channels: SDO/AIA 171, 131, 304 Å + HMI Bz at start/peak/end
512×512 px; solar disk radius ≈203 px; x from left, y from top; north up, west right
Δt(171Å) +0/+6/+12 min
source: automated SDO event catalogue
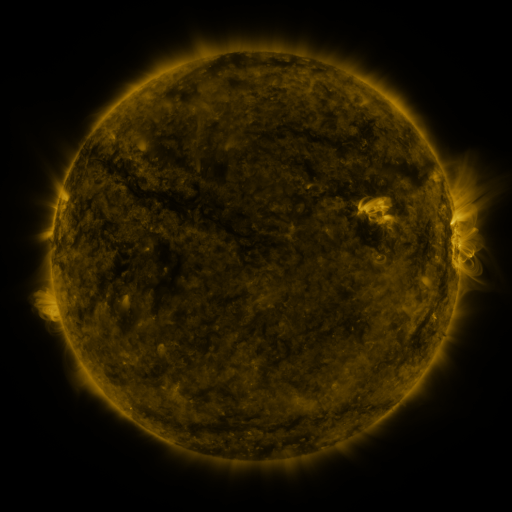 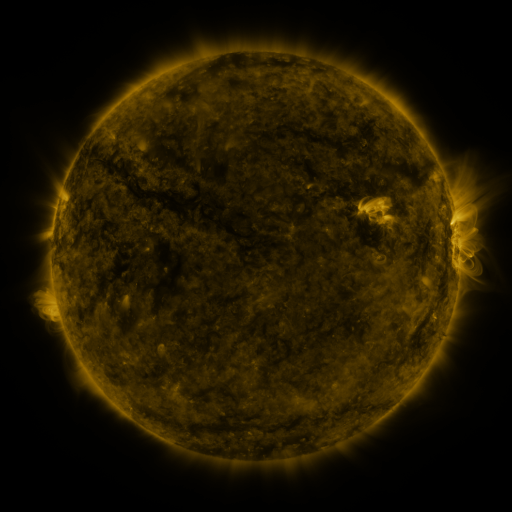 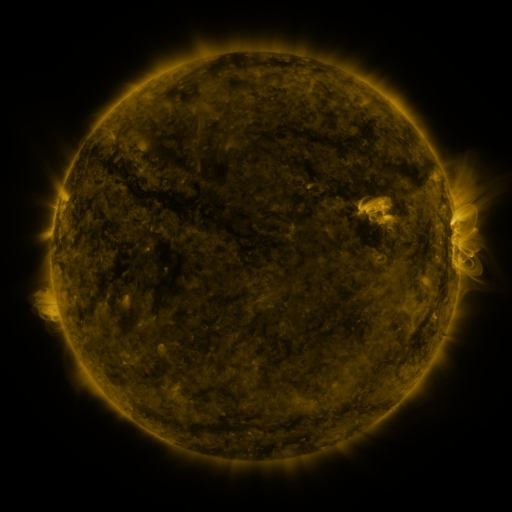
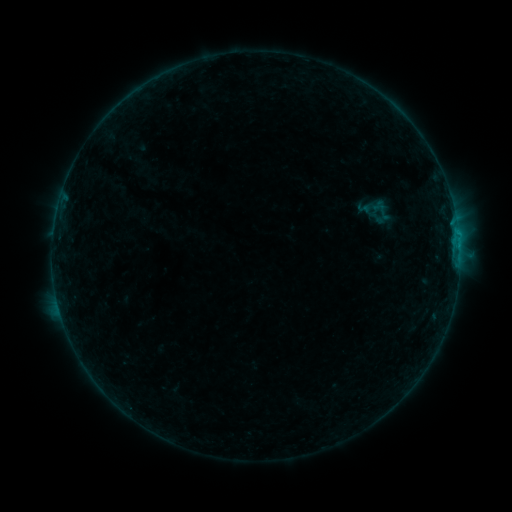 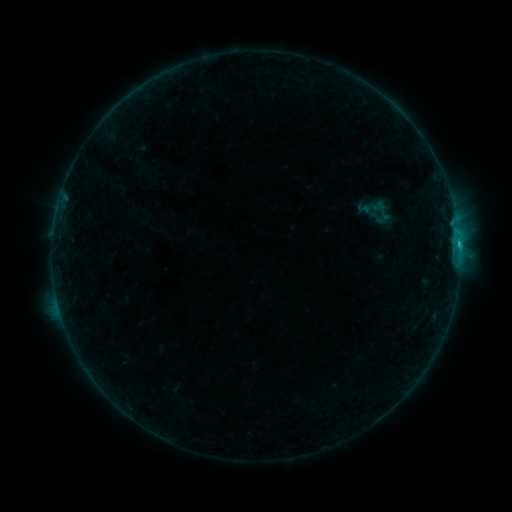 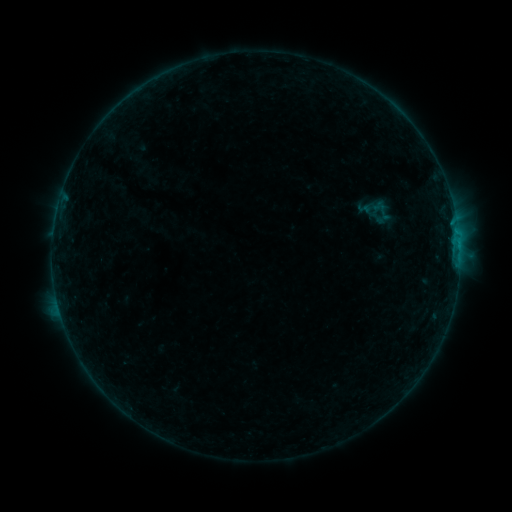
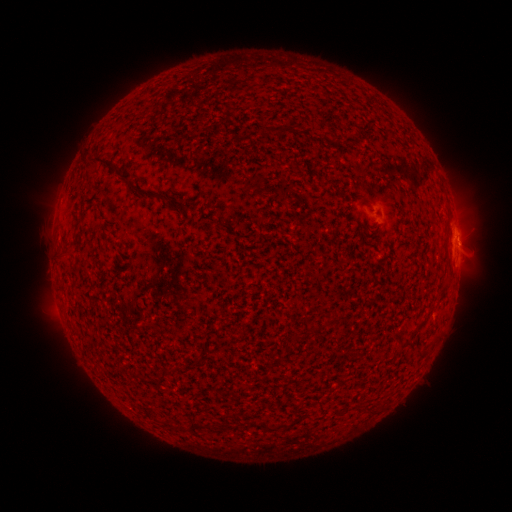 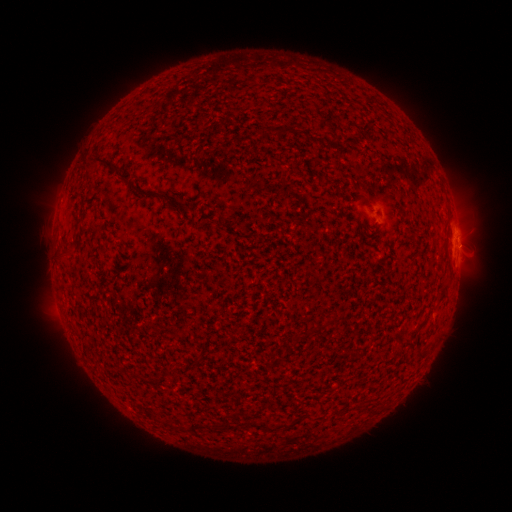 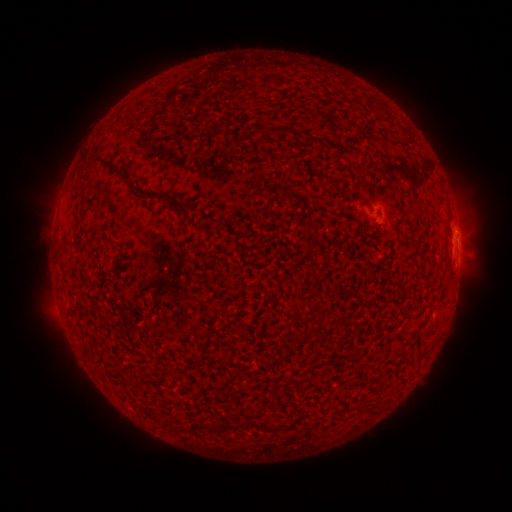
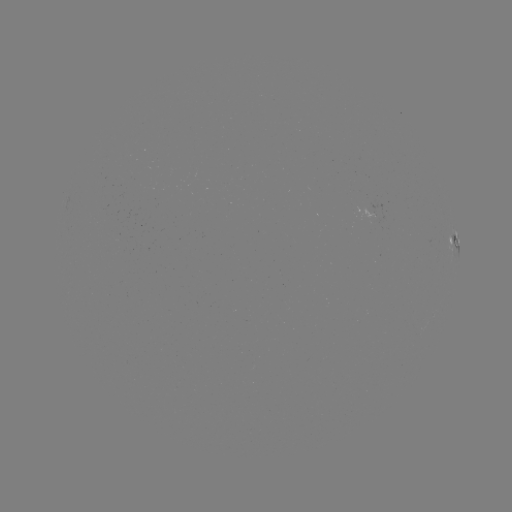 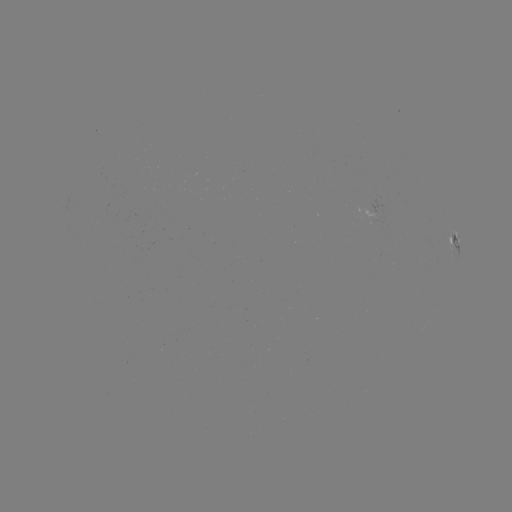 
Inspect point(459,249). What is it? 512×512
B7.8 flare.